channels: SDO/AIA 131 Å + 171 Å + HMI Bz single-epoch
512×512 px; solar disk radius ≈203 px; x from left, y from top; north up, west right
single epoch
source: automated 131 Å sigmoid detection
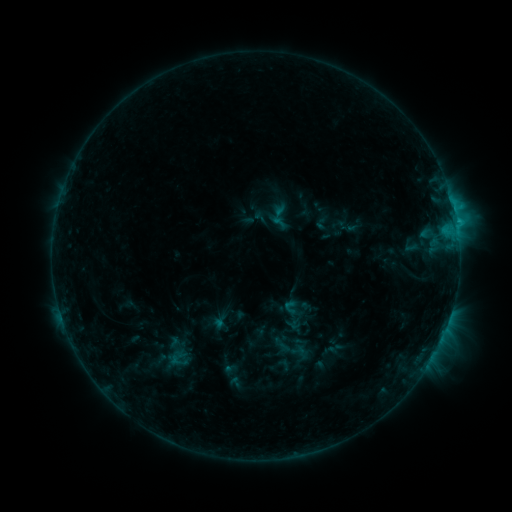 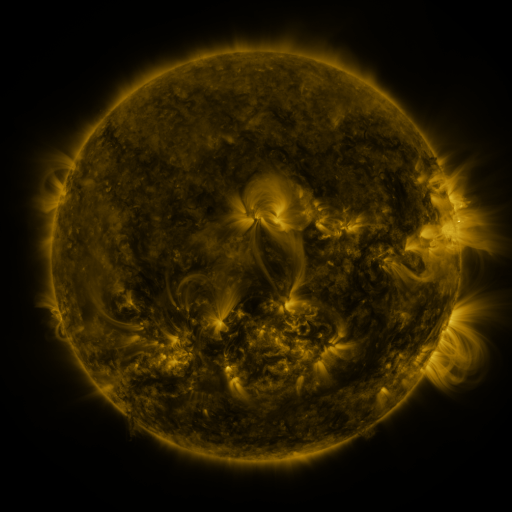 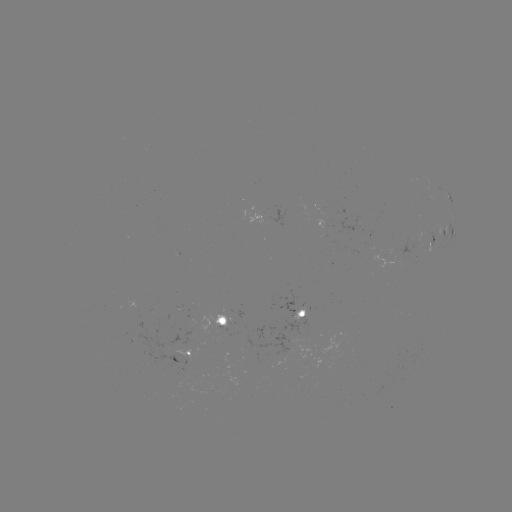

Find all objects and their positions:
sigmoid: (291, 307)
